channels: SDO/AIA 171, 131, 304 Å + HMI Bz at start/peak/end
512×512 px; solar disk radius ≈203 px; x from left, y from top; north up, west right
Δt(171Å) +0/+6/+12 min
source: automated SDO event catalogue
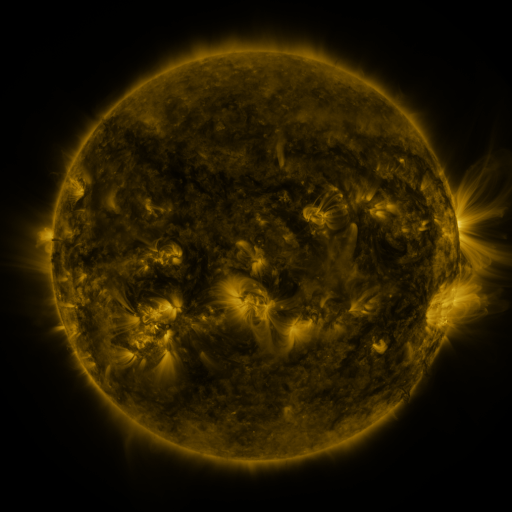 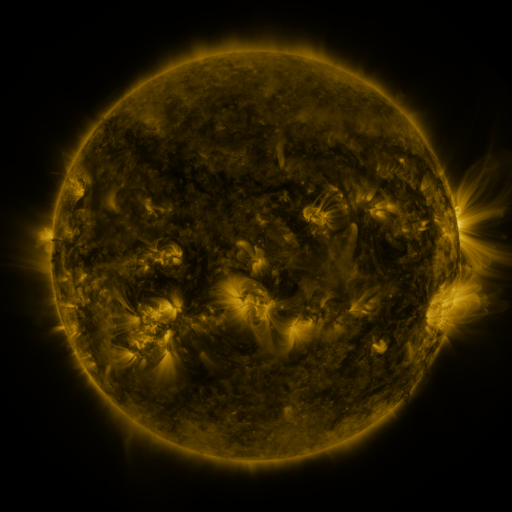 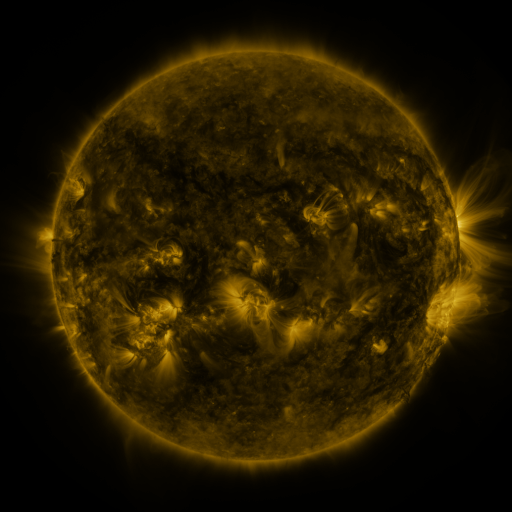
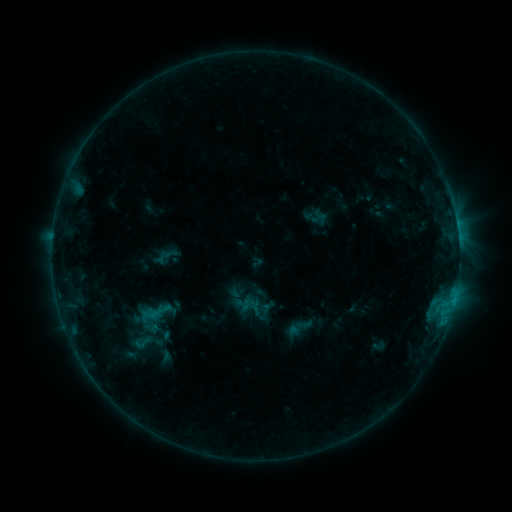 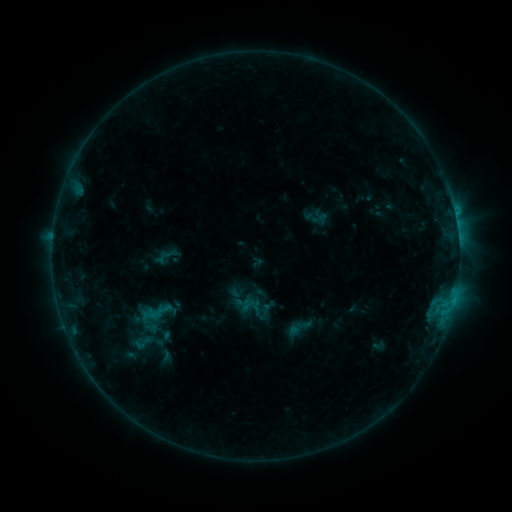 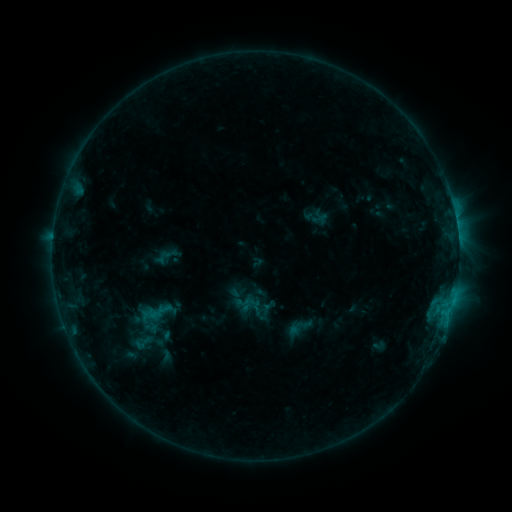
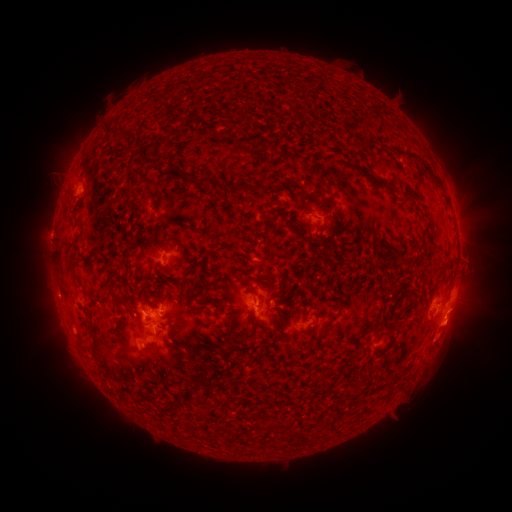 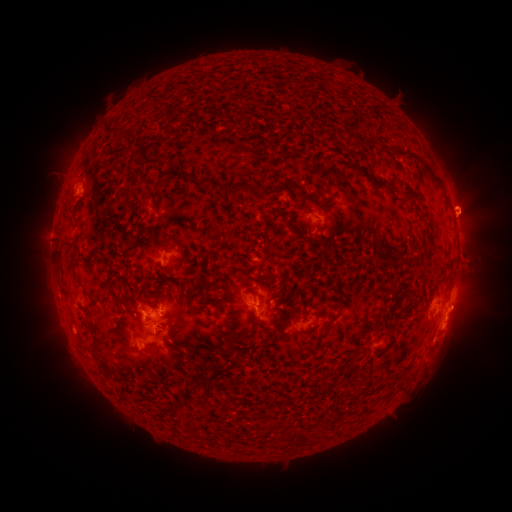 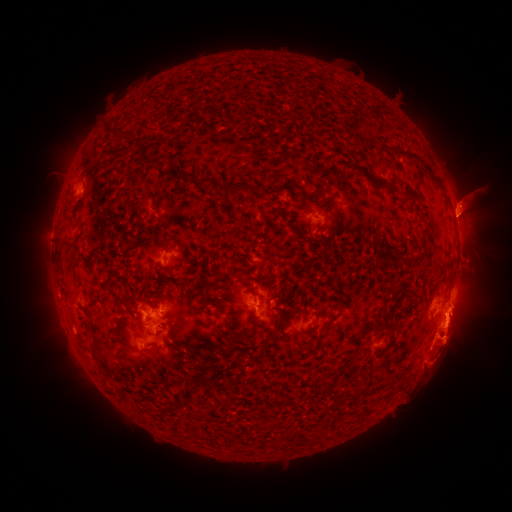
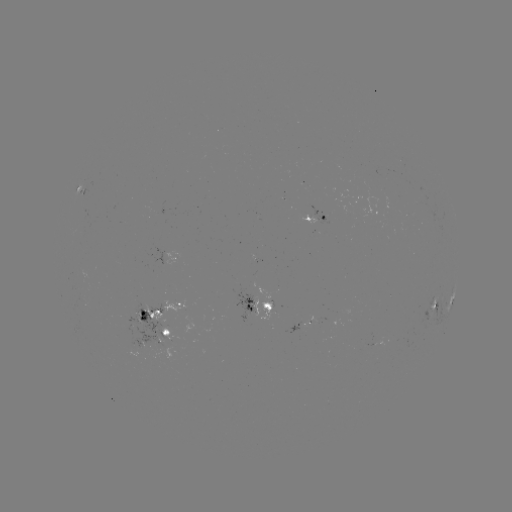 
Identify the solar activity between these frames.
eruption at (470, 207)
